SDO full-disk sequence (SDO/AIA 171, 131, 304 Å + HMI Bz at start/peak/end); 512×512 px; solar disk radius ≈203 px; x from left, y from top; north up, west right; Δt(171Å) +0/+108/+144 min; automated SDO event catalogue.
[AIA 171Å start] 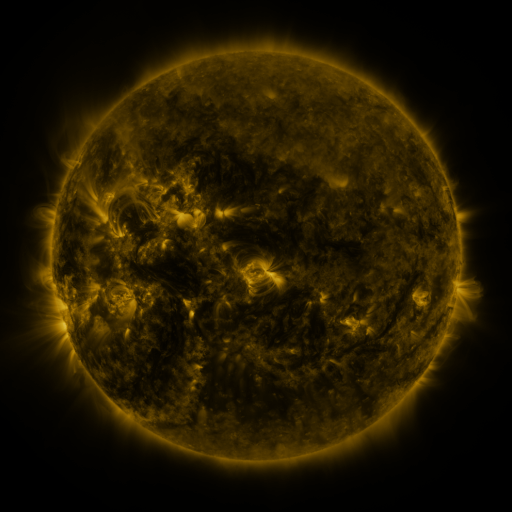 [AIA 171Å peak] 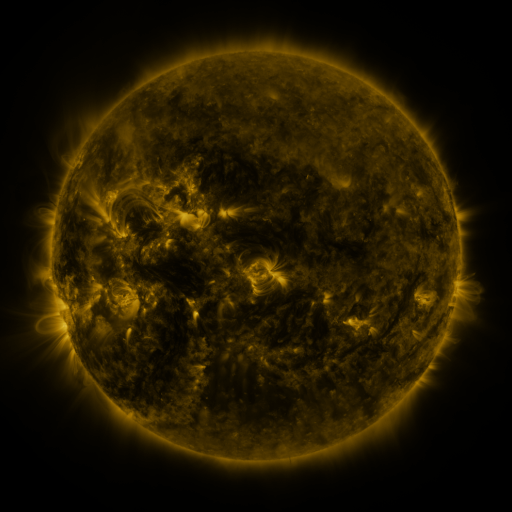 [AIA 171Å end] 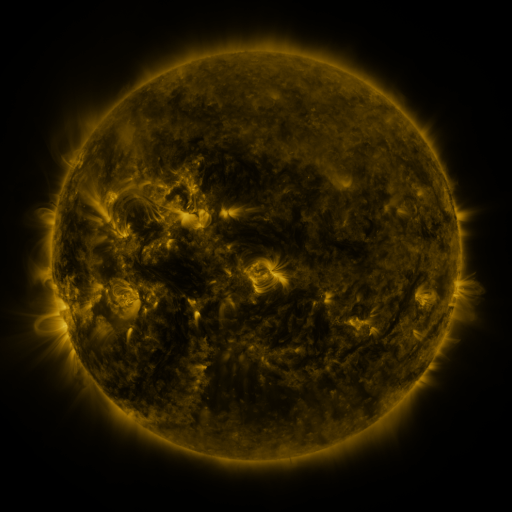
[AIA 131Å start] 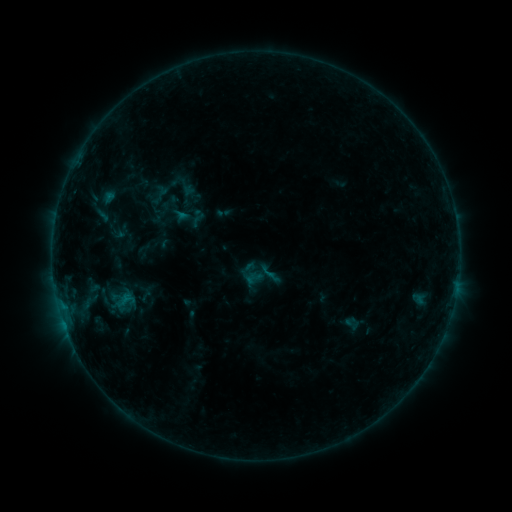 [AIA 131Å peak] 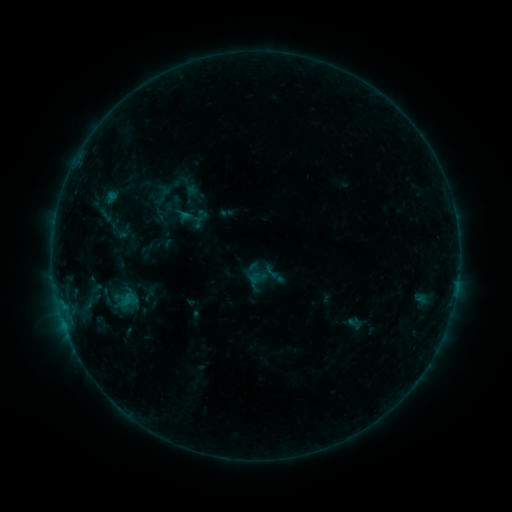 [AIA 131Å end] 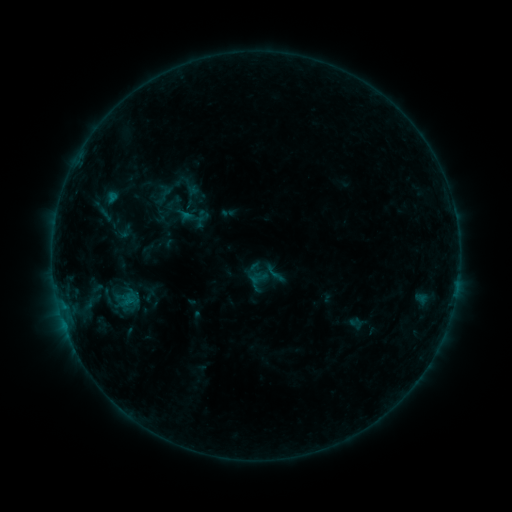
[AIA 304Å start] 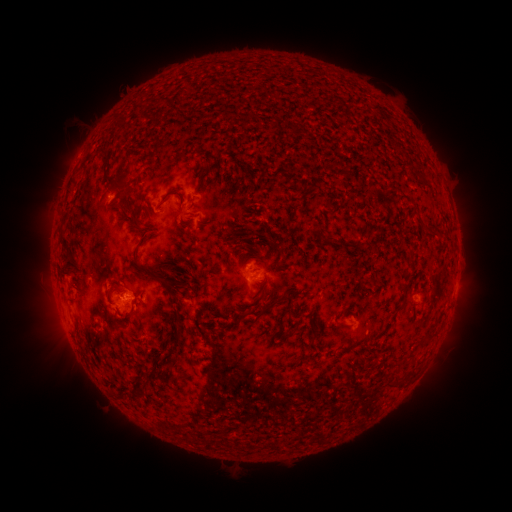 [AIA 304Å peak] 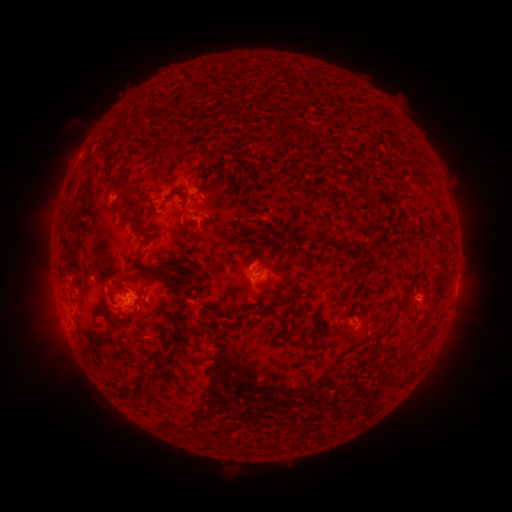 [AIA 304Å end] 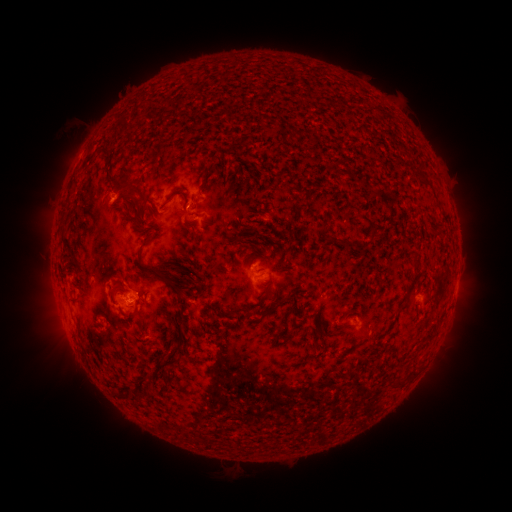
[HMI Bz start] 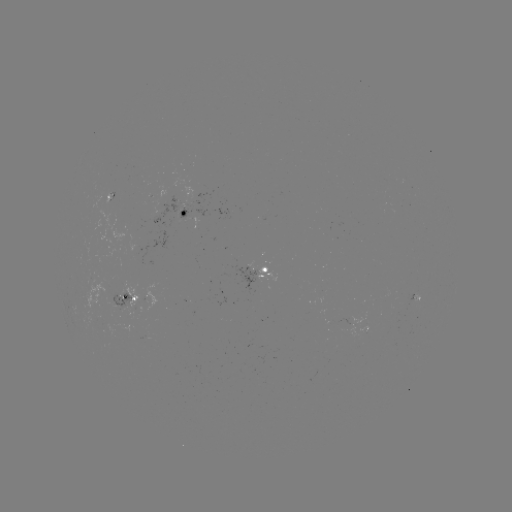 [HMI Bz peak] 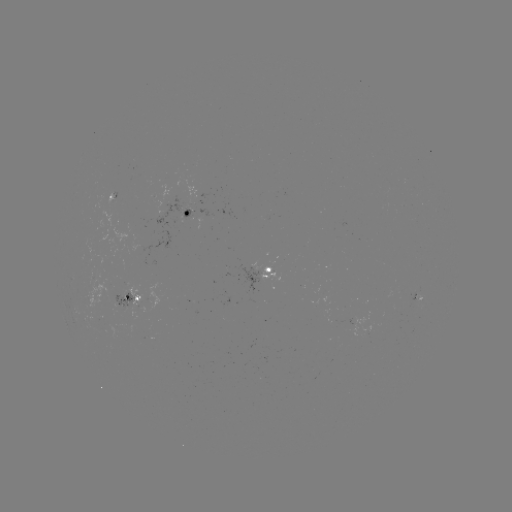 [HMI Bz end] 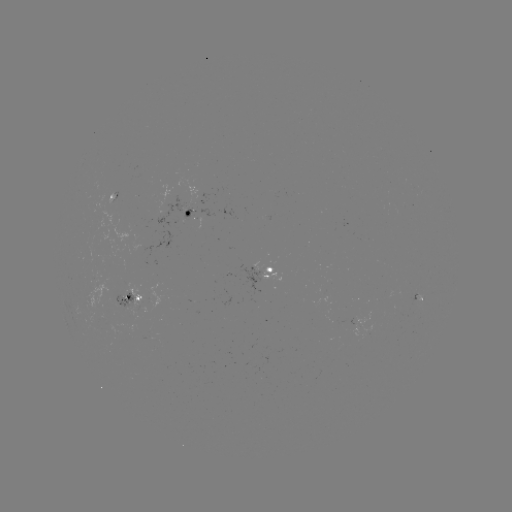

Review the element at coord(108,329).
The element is emerging-flux region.